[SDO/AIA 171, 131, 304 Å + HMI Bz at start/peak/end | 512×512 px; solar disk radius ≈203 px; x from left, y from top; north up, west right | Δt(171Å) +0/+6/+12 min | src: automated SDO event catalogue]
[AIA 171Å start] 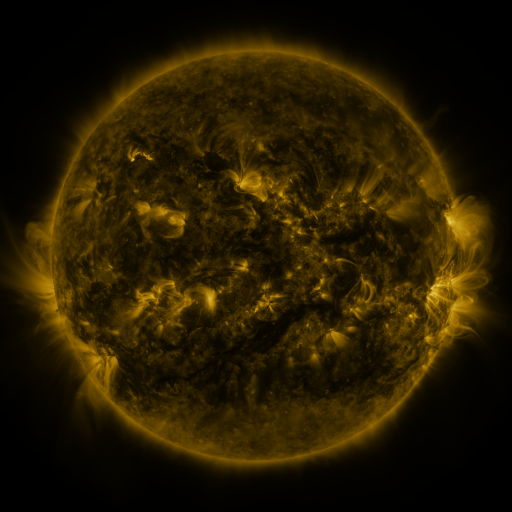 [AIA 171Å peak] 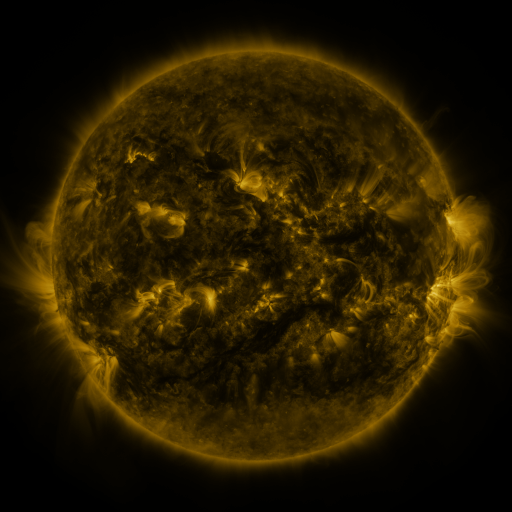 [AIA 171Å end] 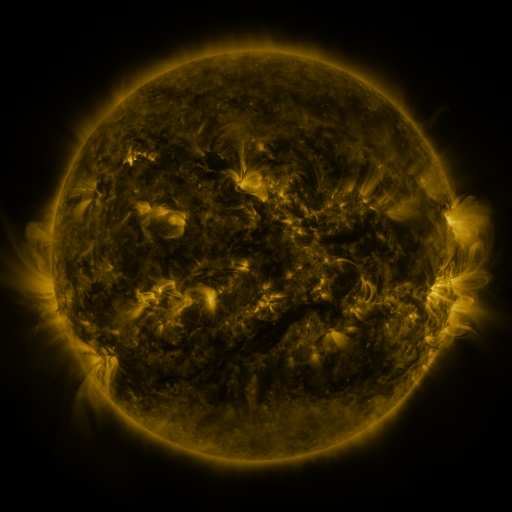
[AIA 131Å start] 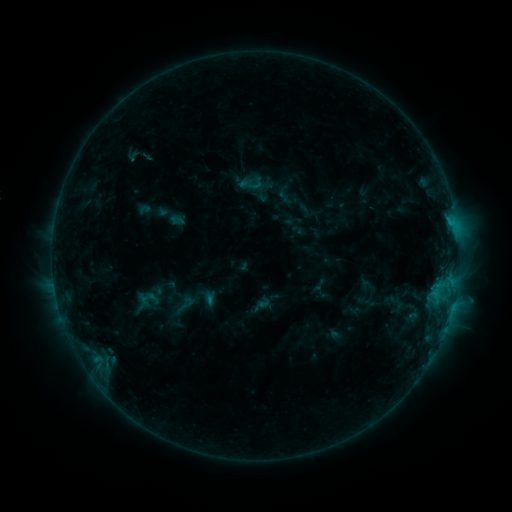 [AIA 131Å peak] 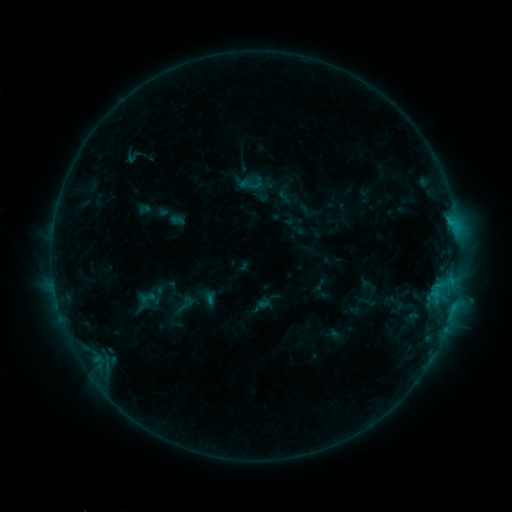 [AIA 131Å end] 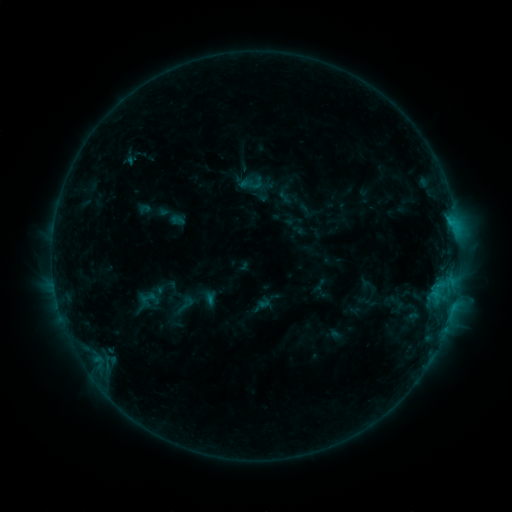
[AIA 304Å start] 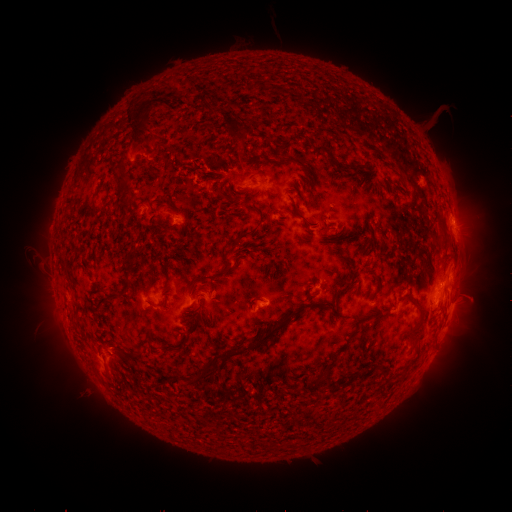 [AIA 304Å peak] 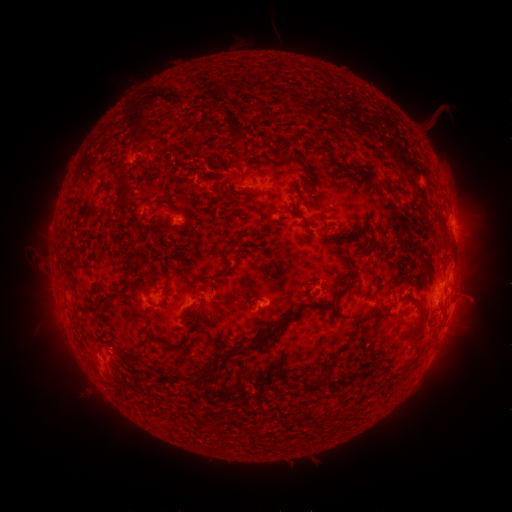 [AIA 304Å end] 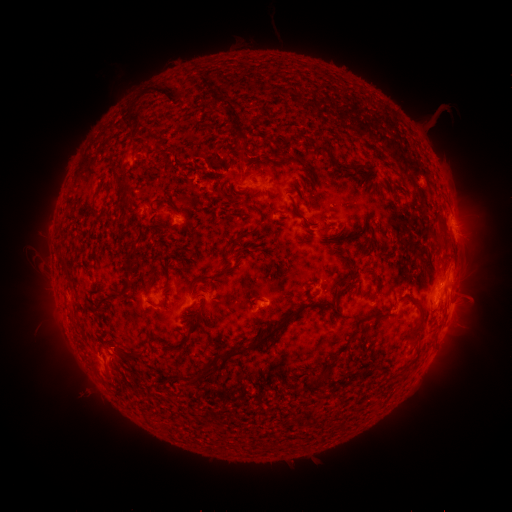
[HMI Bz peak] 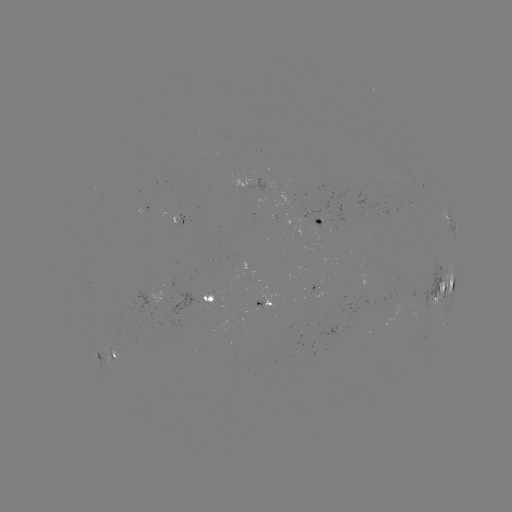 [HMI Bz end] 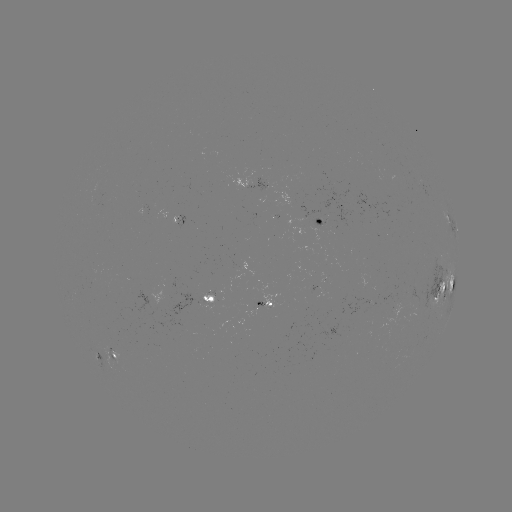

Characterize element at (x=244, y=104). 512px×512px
eruption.